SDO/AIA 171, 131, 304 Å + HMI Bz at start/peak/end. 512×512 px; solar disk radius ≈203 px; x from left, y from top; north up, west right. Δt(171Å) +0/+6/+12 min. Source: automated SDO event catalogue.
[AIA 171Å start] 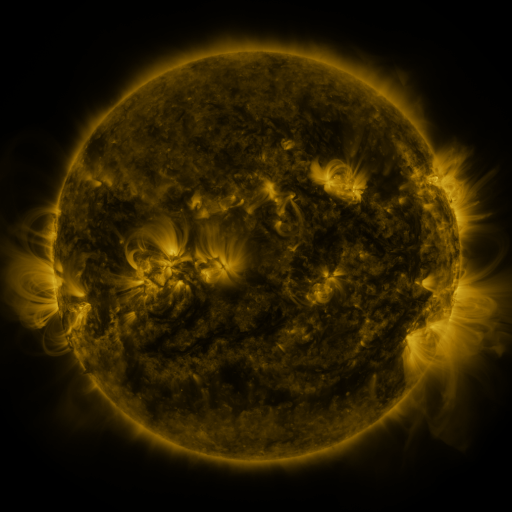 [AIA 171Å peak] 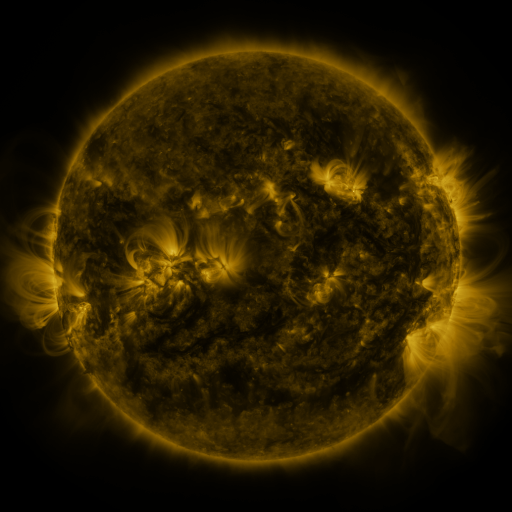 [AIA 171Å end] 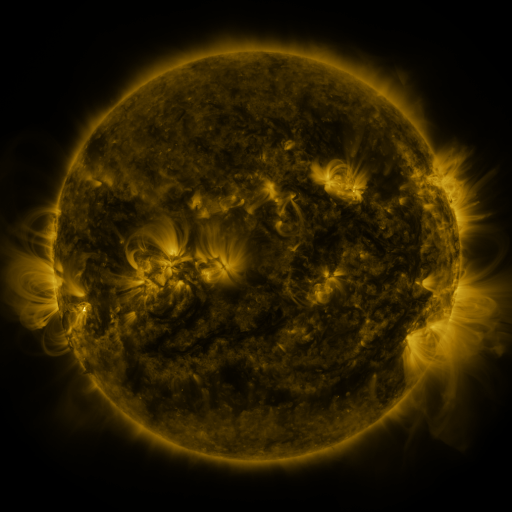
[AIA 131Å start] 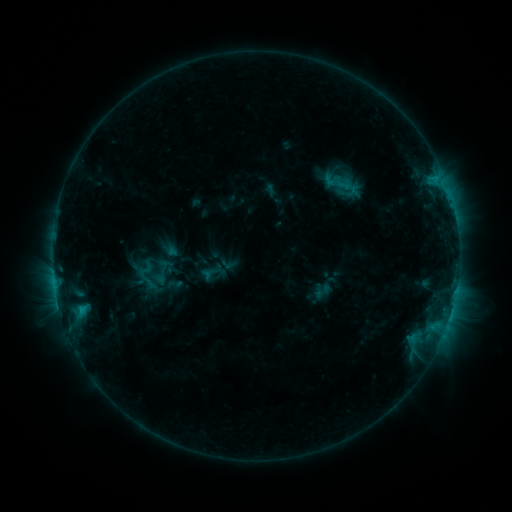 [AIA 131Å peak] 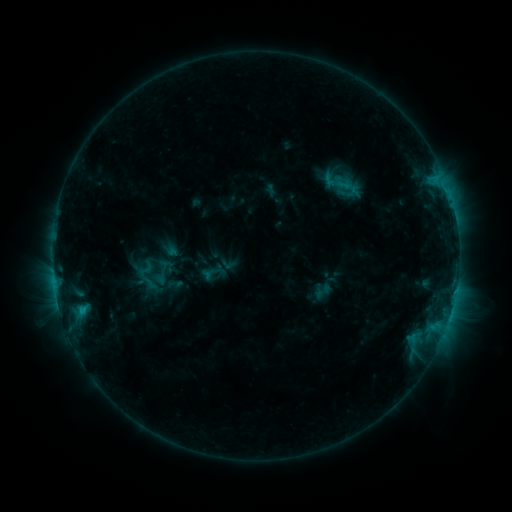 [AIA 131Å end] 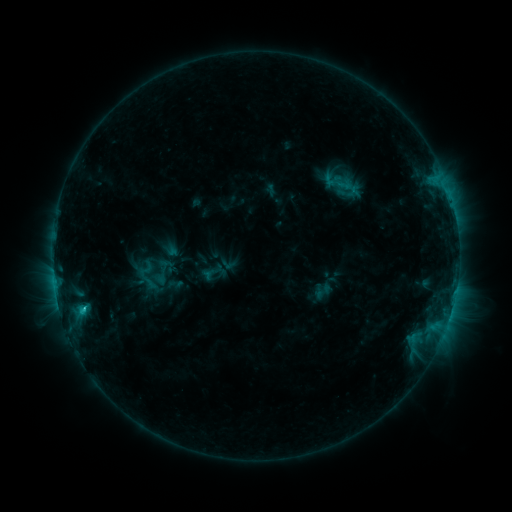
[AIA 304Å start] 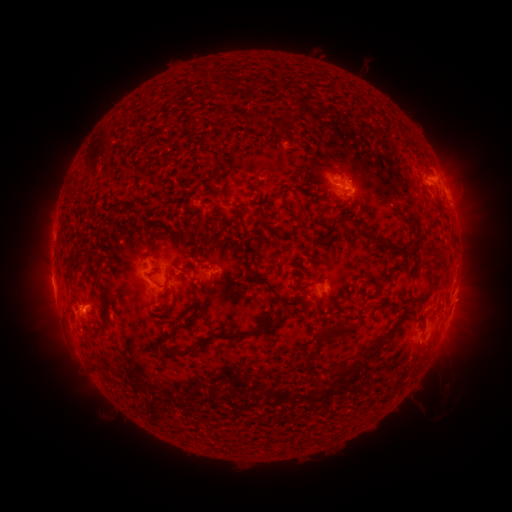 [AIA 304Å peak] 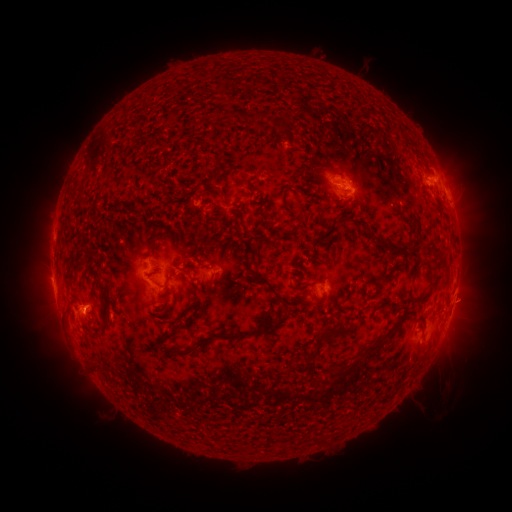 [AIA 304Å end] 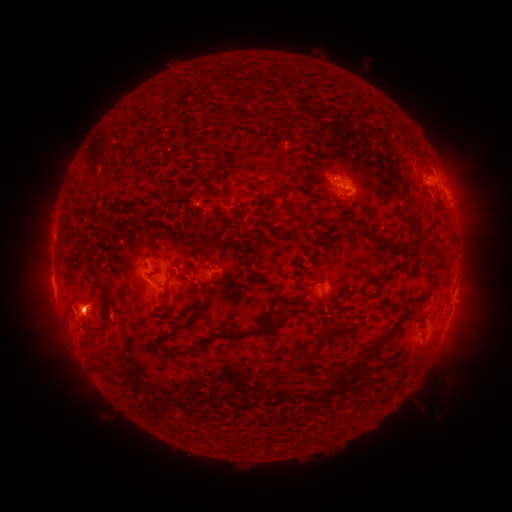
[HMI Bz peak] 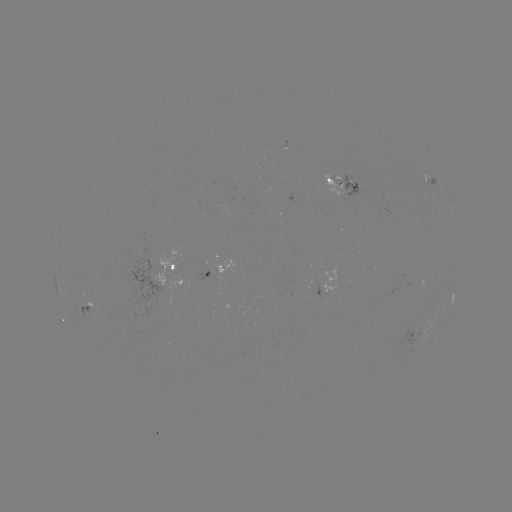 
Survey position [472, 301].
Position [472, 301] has eruption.